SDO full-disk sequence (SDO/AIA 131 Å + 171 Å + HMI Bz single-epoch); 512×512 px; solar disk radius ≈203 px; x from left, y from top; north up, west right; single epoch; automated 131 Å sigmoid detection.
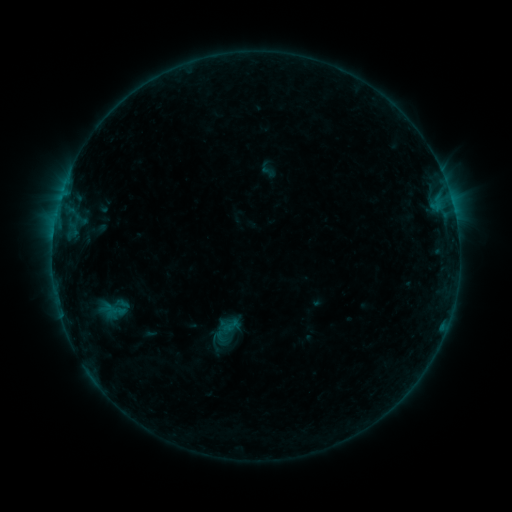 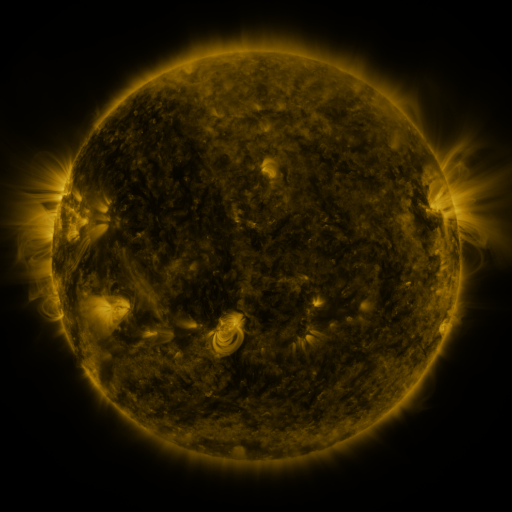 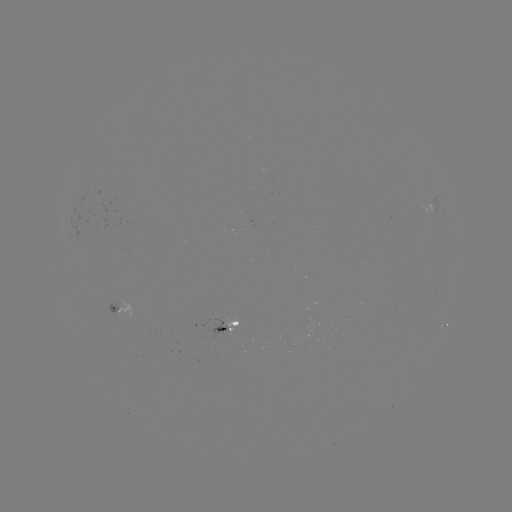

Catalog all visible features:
sigmoid: [221, 316, 242, 336]
